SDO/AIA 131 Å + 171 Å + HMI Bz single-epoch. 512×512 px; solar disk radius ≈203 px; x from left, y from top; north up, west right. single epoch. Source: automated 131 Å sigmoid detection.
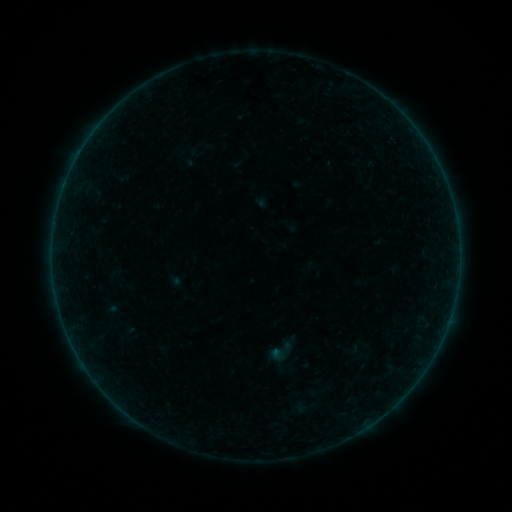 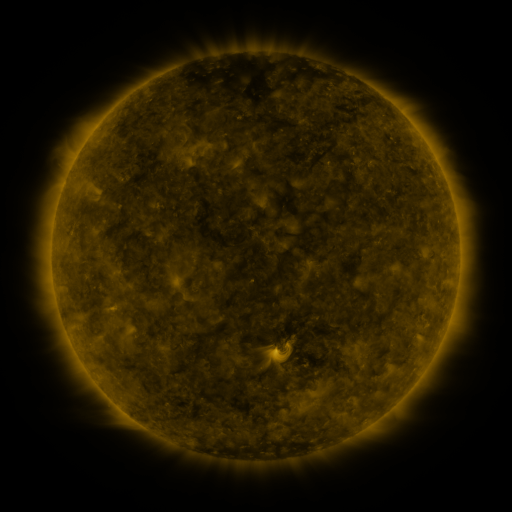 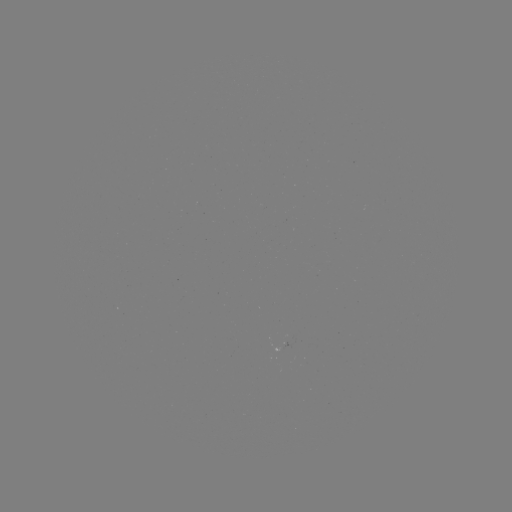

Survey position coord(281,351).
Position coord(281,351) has sigmoid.